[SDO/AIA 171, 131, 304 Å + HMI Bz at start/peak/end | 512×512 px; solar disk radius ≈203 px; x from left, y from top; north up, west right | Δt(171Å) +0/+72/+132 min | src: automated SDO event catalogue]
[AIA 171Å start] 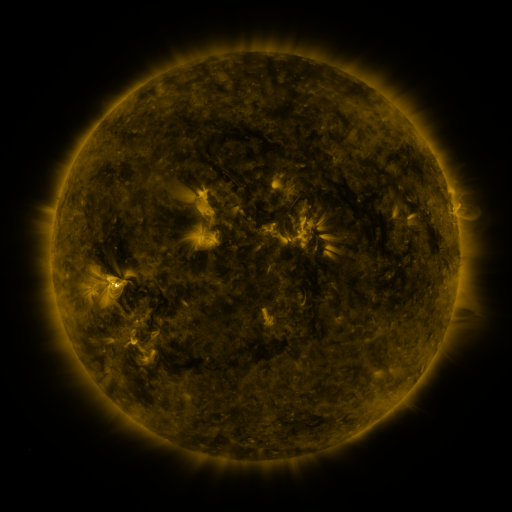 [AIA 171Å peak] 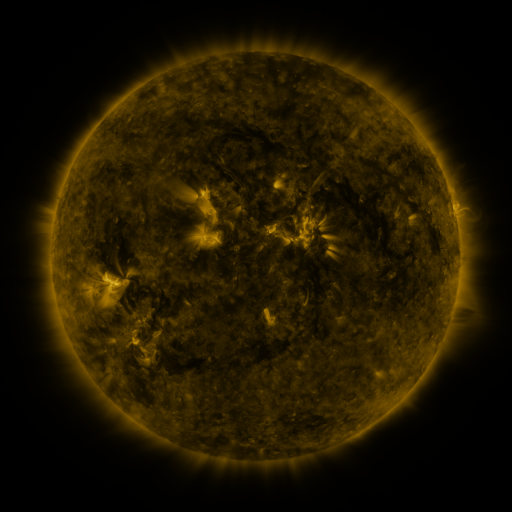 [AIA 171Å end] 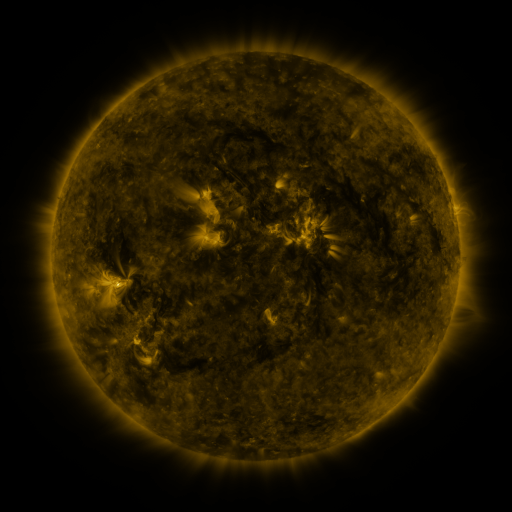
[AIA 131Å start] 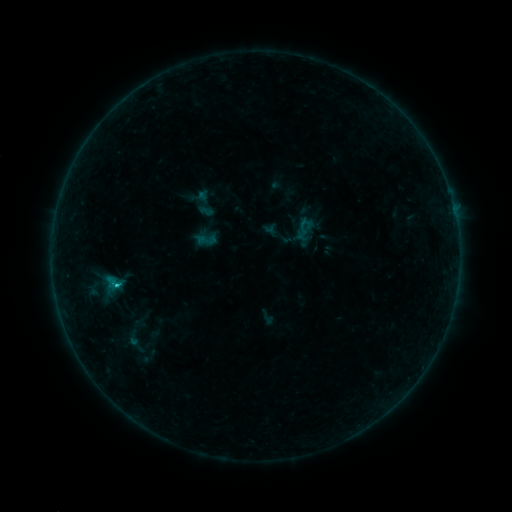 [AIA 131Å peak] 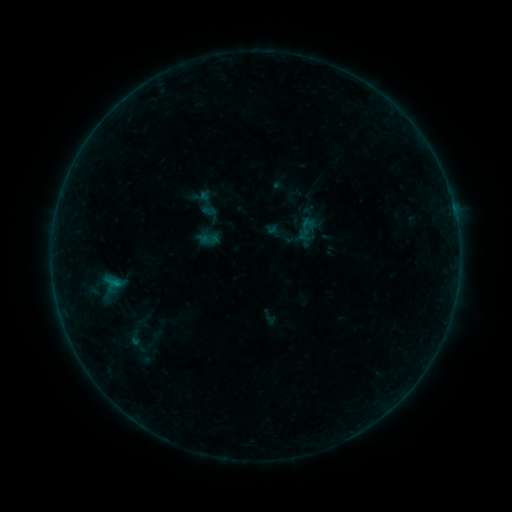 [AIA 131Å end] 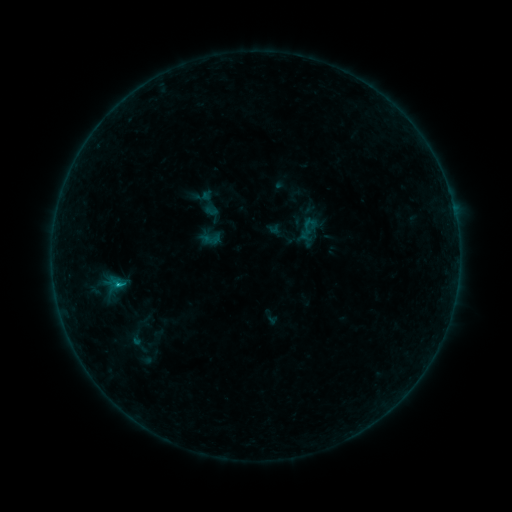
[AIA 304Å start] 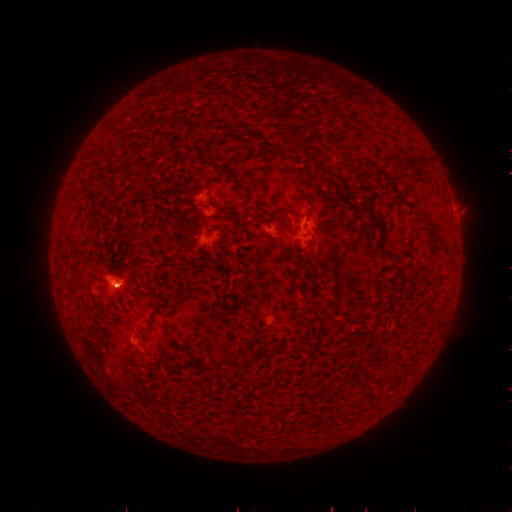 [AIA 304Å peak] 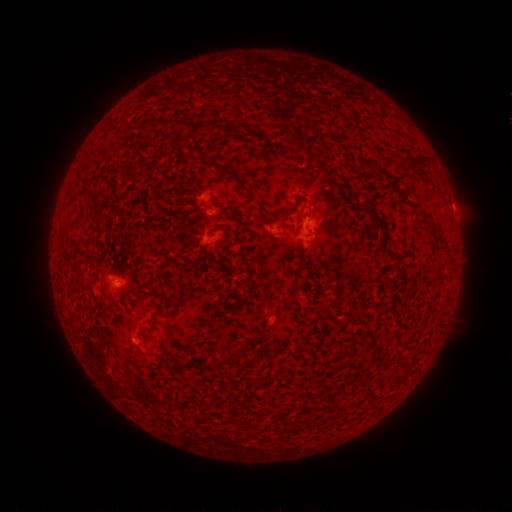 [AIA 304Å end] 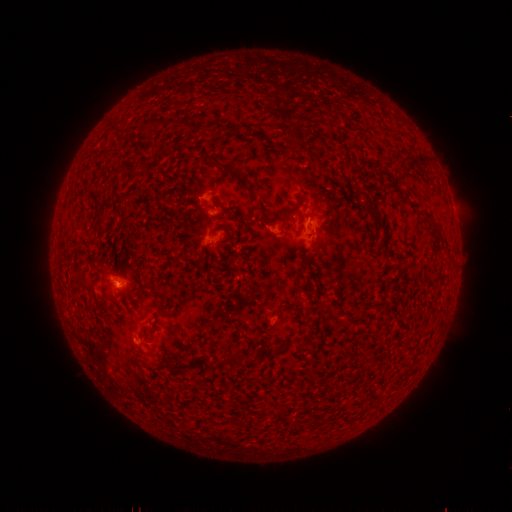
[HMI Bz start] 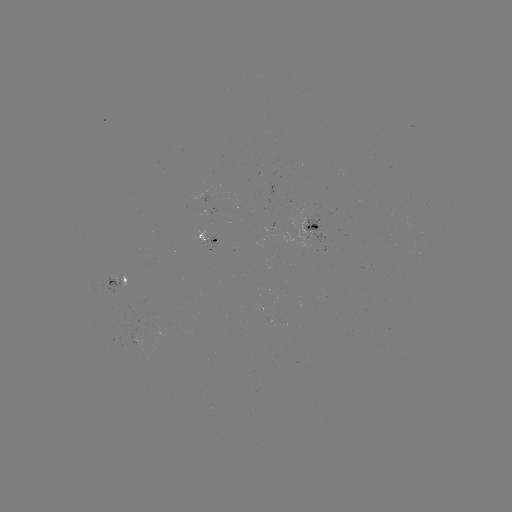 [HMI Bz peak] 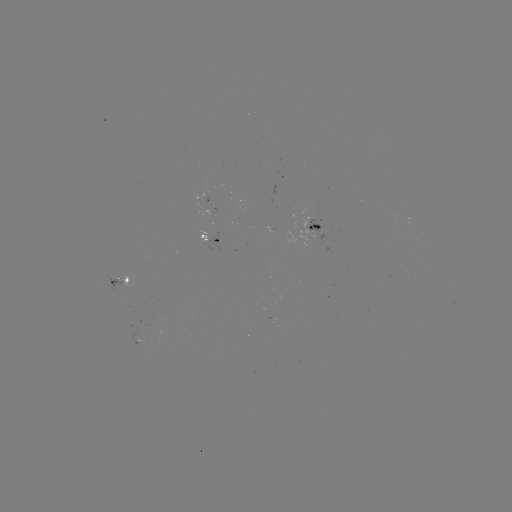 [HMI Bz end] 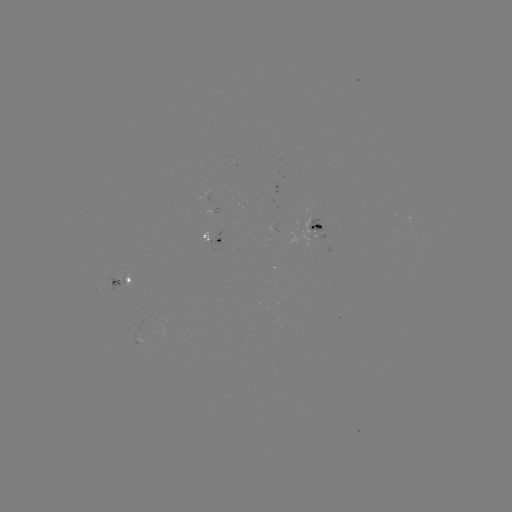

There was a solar emerging-flux region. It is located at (138, 338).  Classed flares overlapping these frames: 3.